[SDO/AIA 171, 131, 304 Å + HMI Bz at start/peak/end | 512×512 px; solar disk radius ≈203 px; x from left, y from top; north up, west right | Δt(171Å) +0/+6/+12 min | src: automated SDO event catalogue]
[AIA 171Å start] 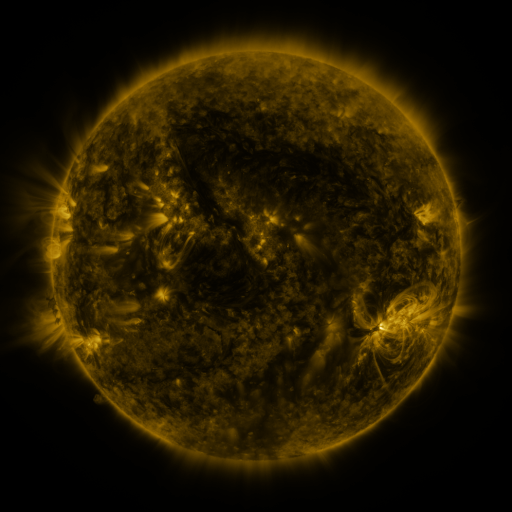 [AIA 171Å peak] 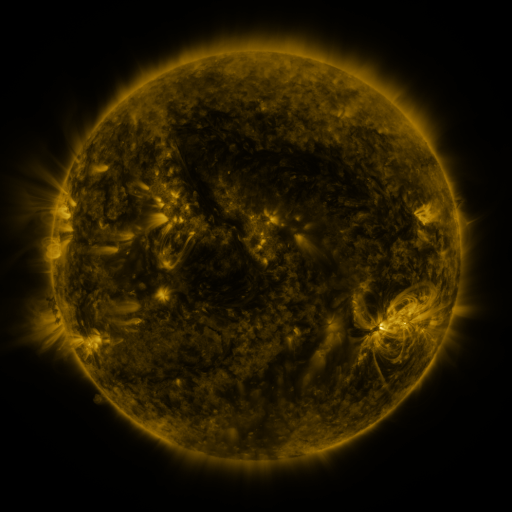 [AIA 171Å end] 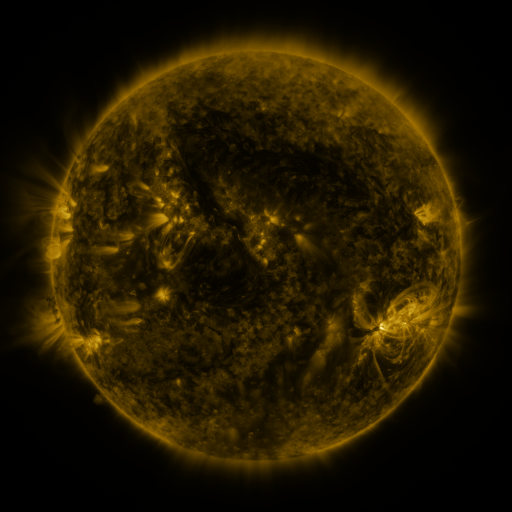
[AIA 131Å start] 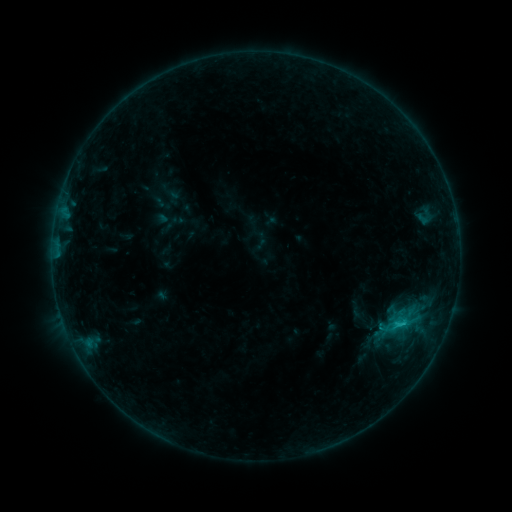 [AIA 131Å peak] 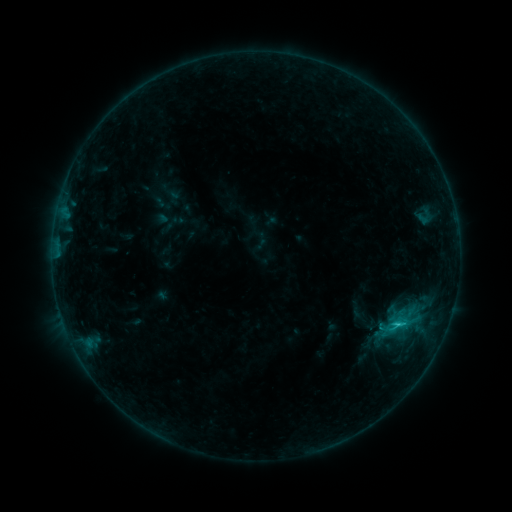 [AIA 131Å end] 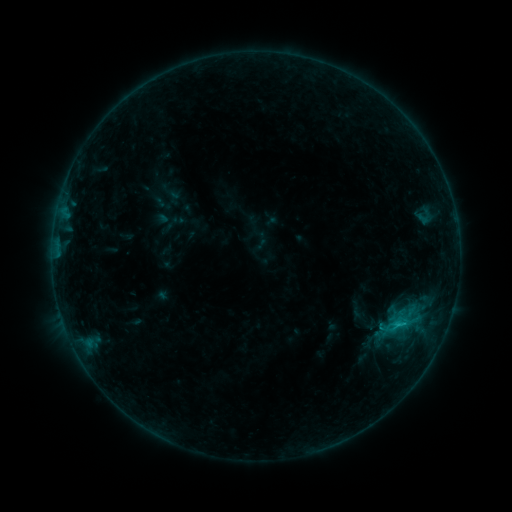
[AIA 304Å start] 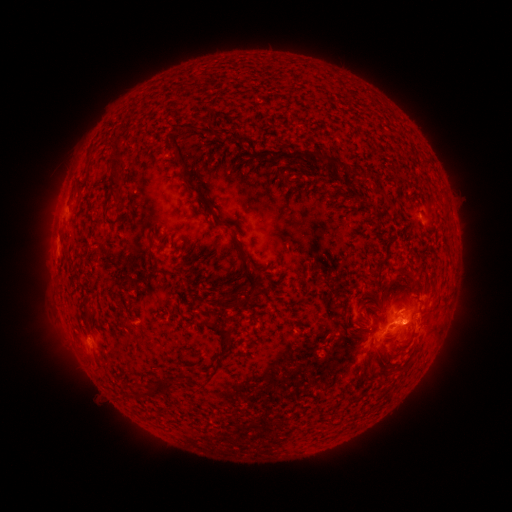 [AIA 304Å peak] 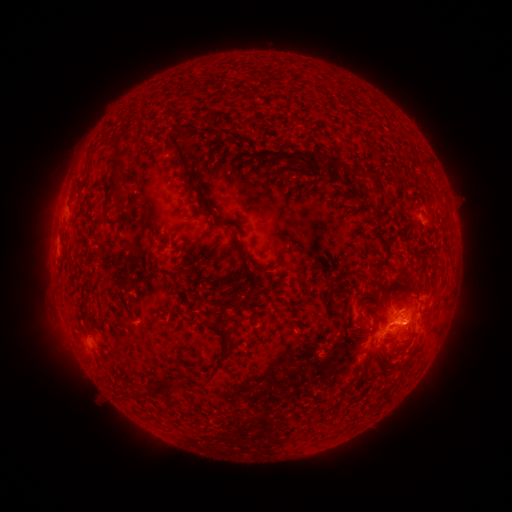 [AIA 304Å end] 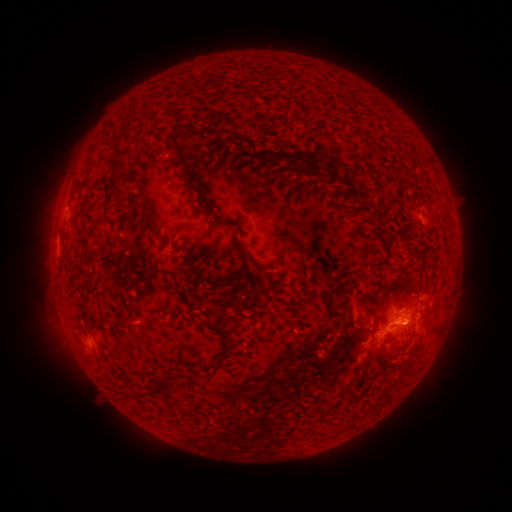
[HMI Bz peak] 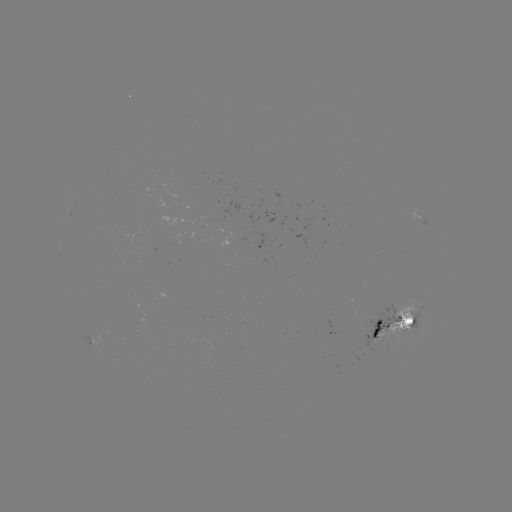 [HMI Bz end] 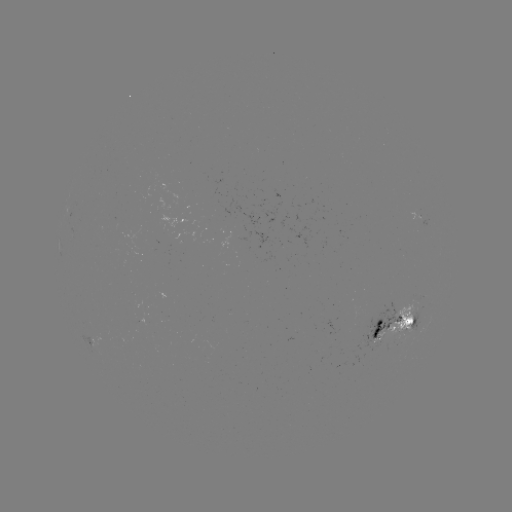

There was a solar flare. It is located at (405, 320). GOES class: C1.0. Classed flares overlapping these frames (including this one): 1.